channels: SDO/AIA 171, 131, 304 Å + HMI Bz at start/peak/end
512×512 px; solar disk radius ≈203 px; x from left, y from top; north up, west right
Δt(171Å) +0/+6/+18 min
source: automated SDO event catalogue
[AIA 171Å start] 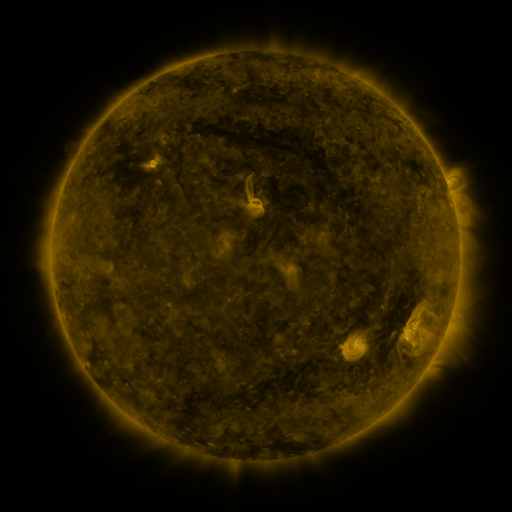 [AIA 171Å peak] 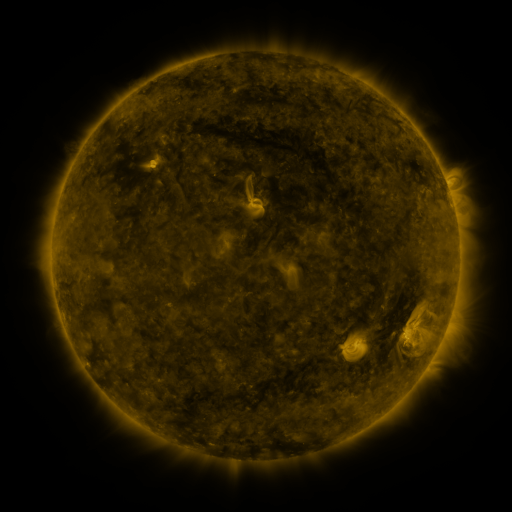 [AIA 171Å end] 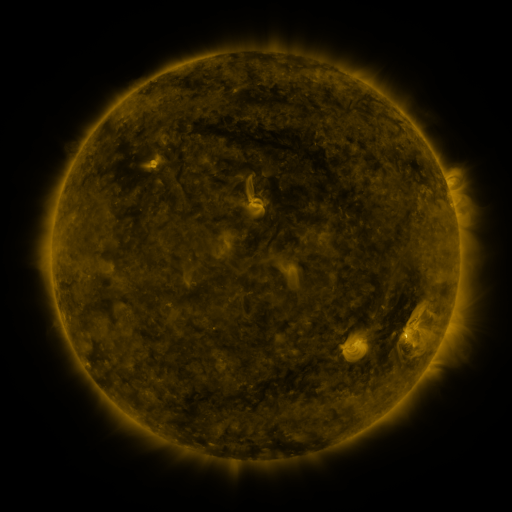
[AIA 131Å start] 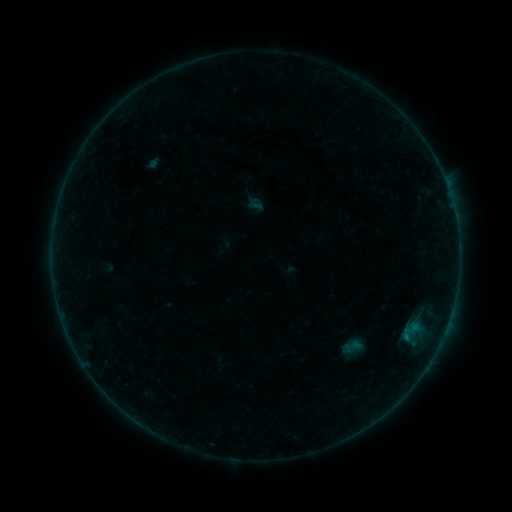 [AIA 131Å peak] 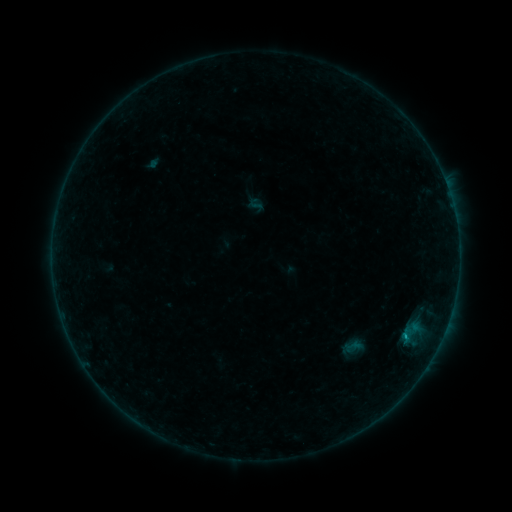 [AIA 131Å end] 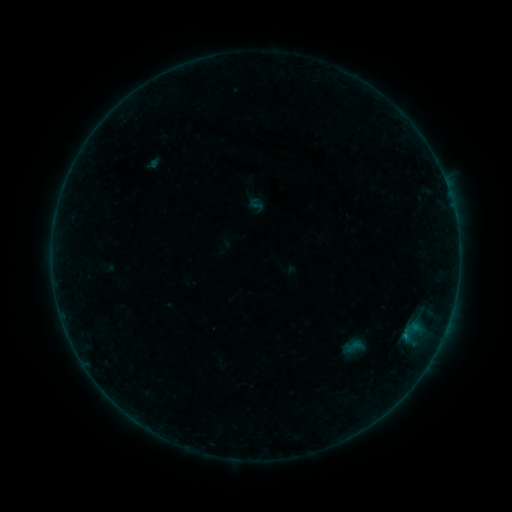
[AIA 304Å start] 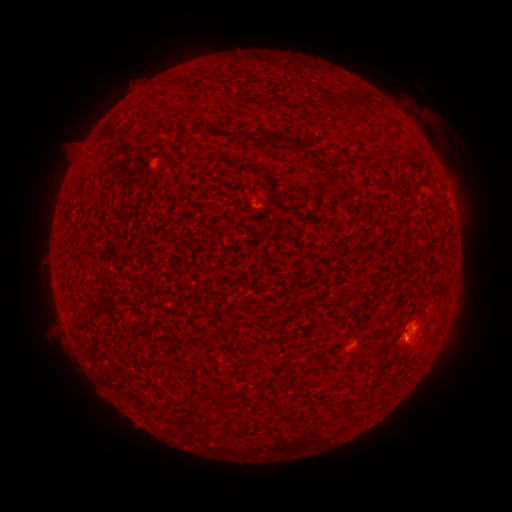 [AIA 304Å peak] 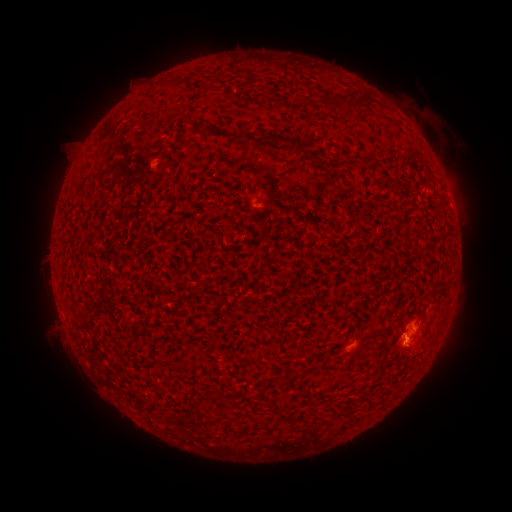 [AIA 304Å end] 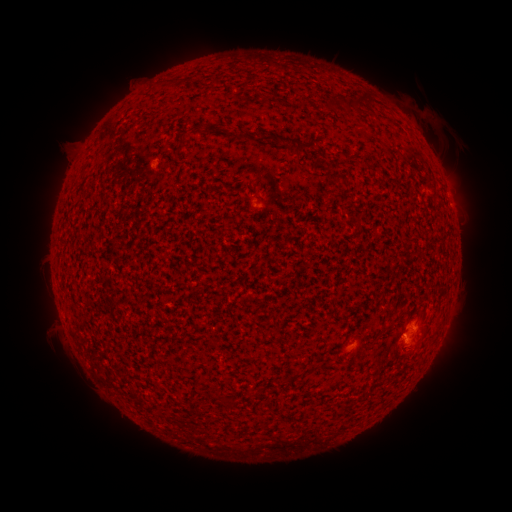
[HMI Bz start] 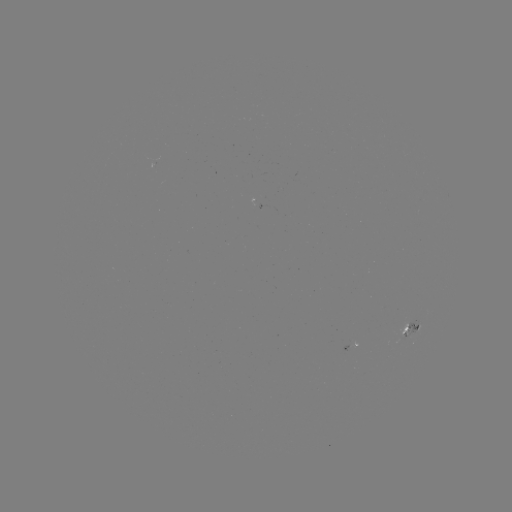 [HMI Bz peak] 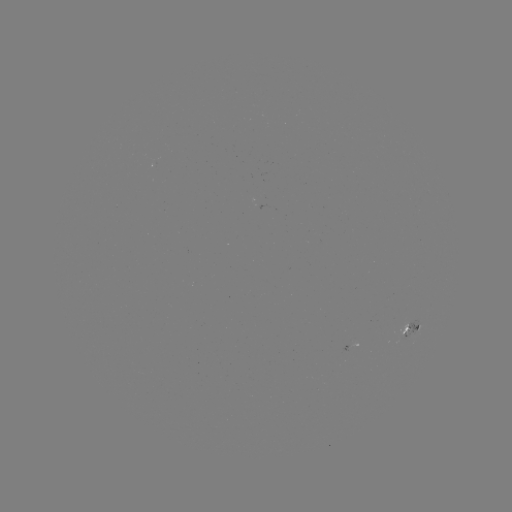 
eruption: (384, 334, 433, 385)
